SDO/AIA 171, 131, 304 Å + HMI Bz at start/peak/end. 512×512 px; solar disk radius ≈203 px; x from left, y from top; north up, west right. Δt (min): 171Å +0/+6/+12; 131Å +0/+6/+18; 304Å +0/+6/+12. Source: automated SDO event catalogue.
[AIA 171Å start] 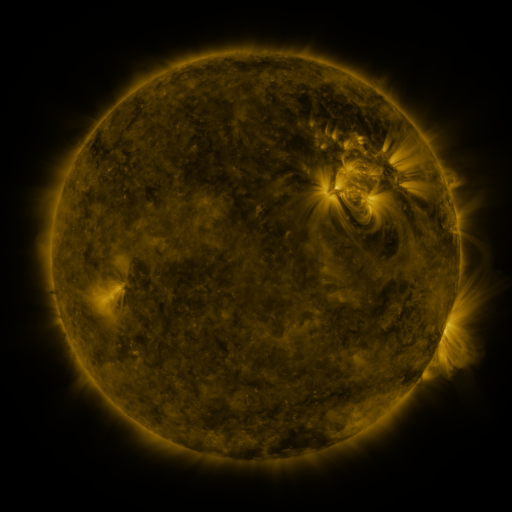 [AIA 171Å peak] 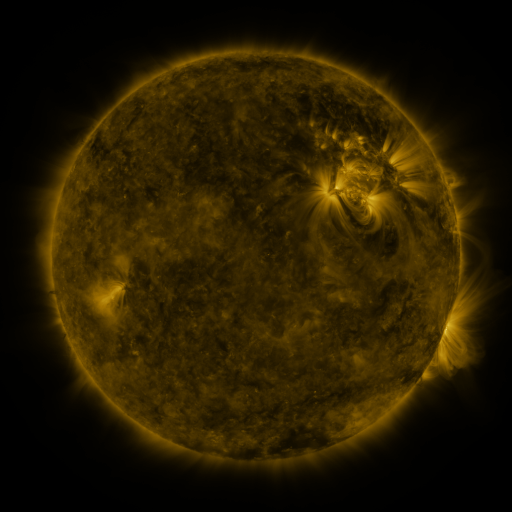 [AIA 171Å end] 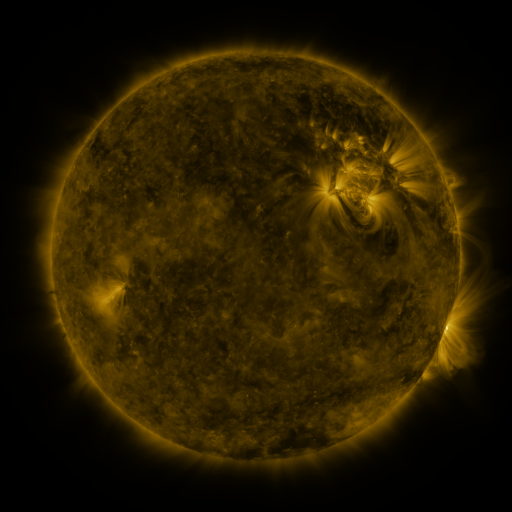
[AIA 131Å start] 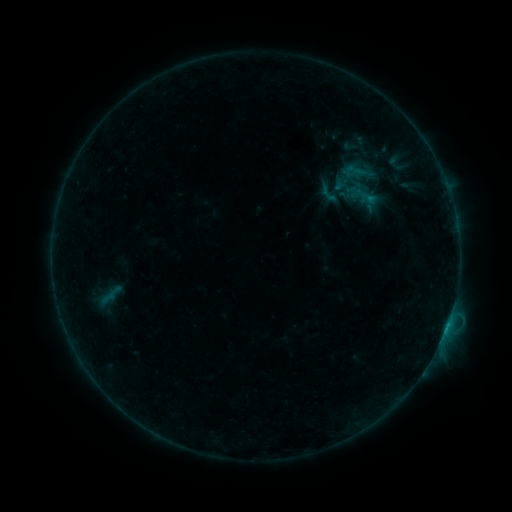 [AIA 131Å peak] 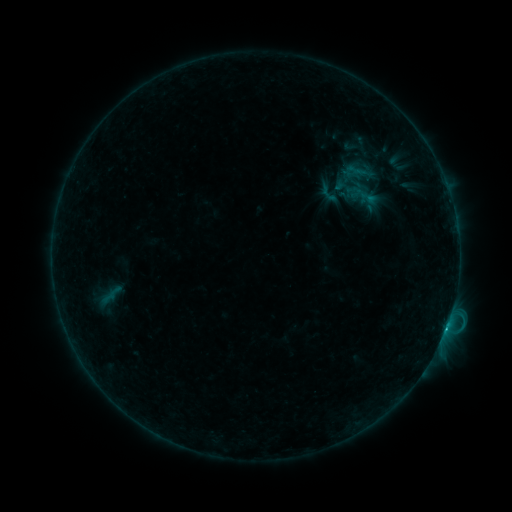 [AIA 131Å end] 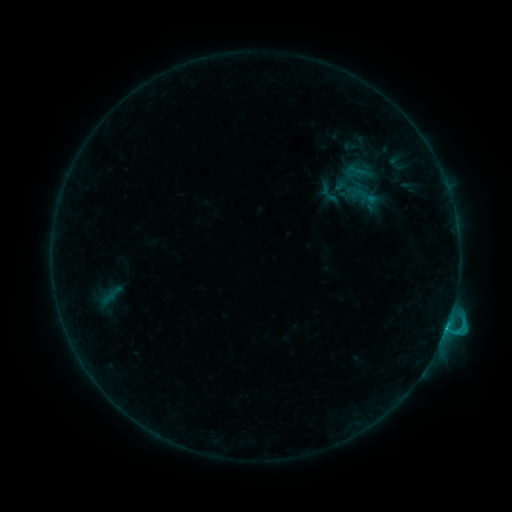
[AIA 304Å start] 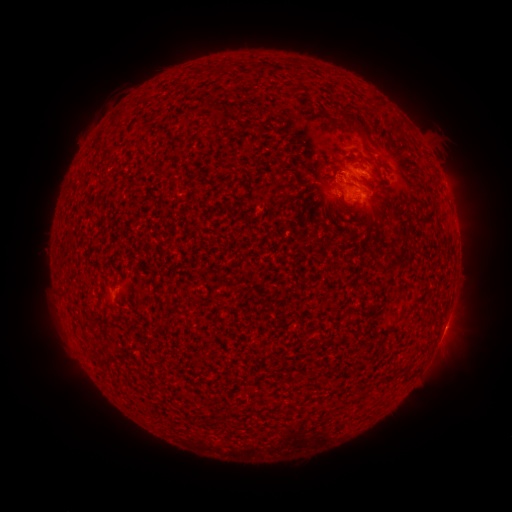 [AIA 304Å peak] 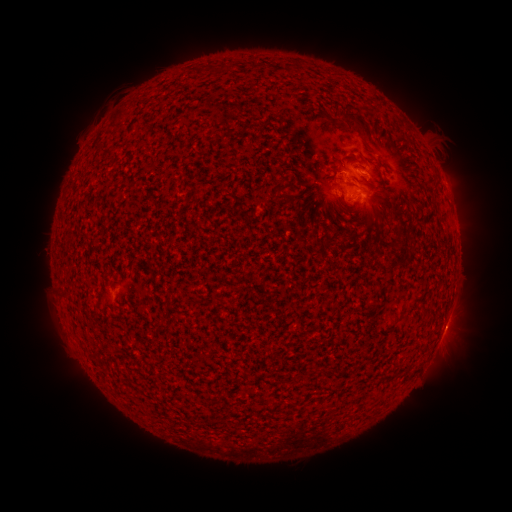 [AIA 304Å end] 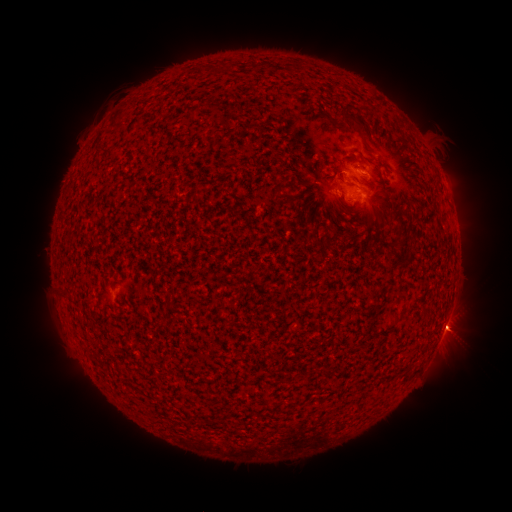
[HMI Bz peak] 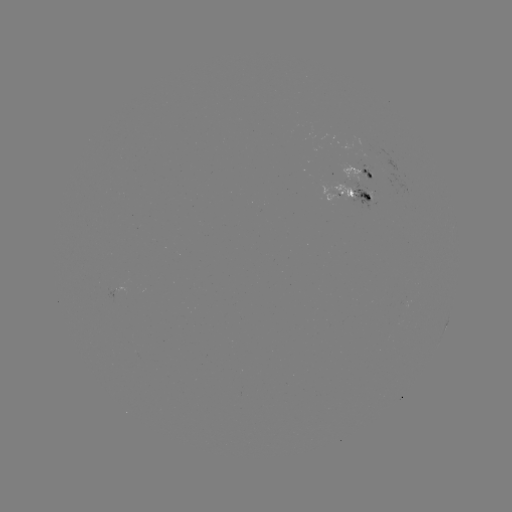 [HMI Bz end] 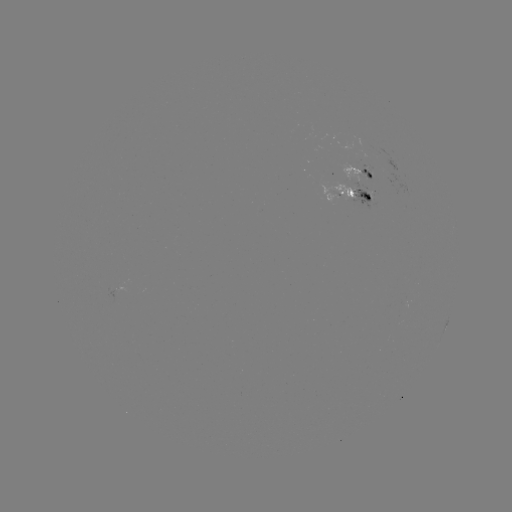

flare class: C4.6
